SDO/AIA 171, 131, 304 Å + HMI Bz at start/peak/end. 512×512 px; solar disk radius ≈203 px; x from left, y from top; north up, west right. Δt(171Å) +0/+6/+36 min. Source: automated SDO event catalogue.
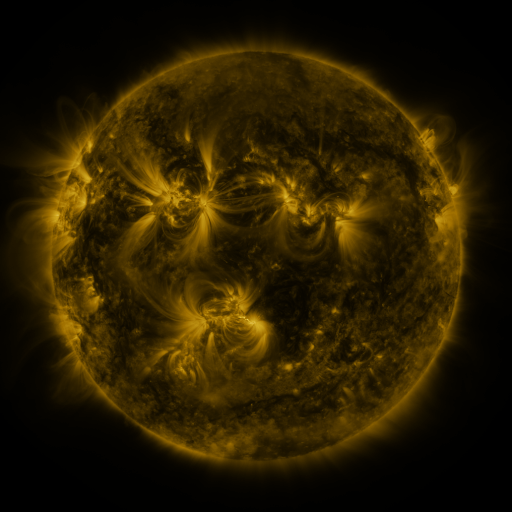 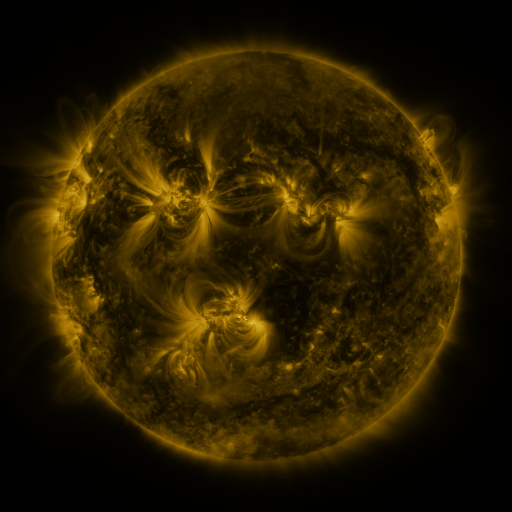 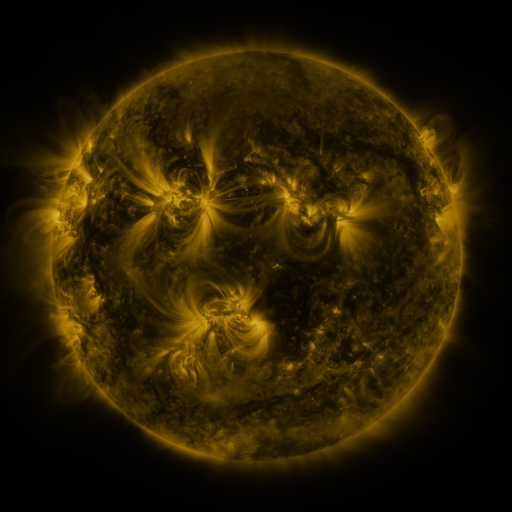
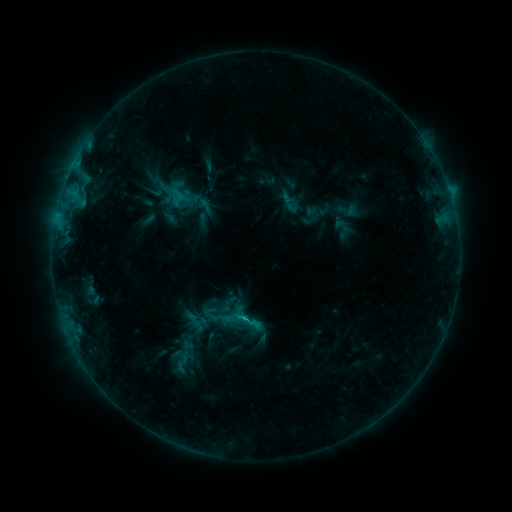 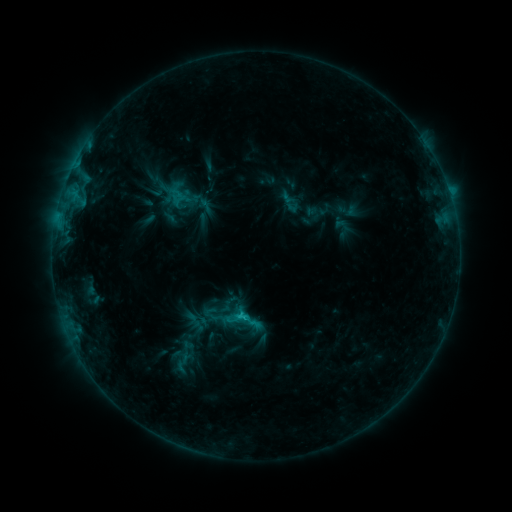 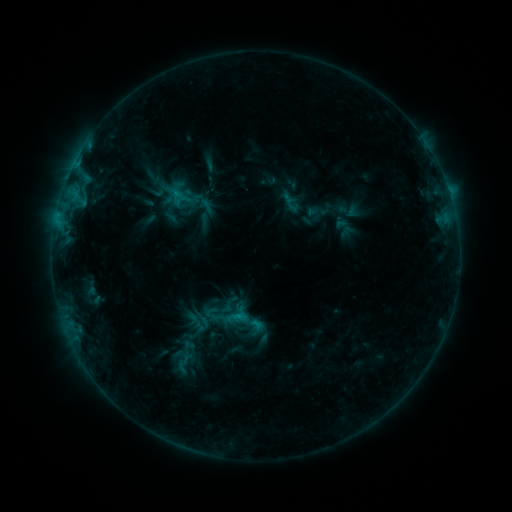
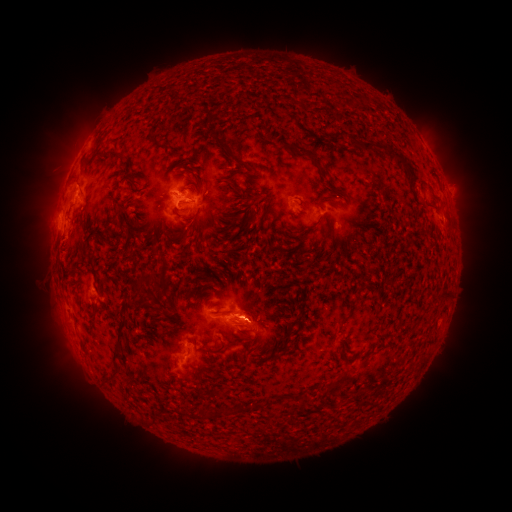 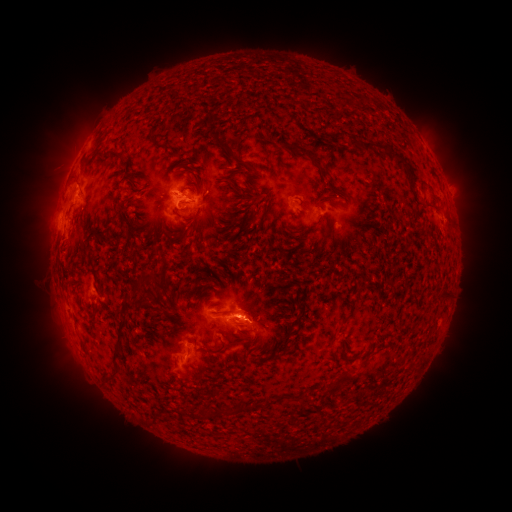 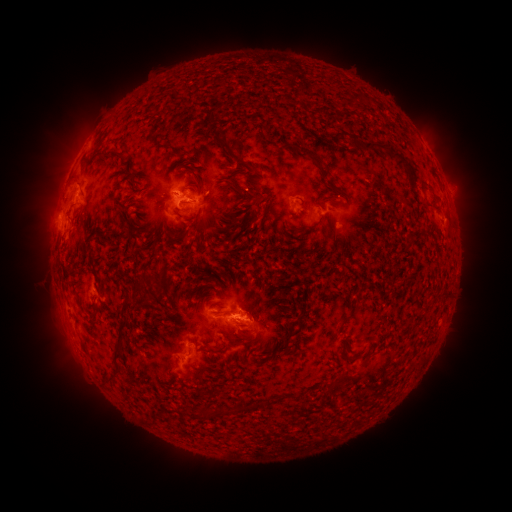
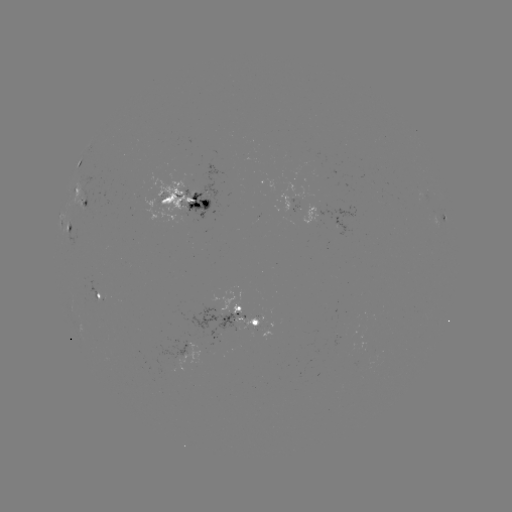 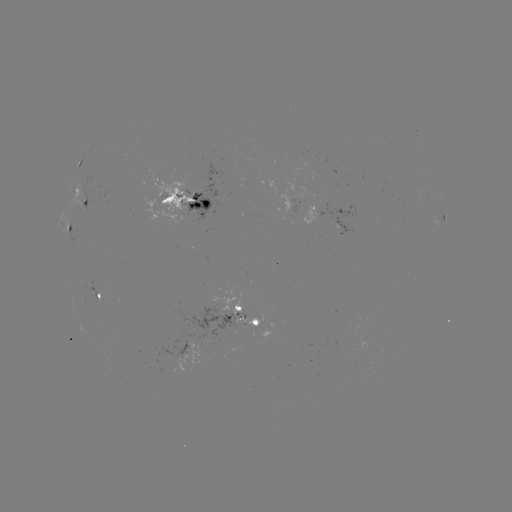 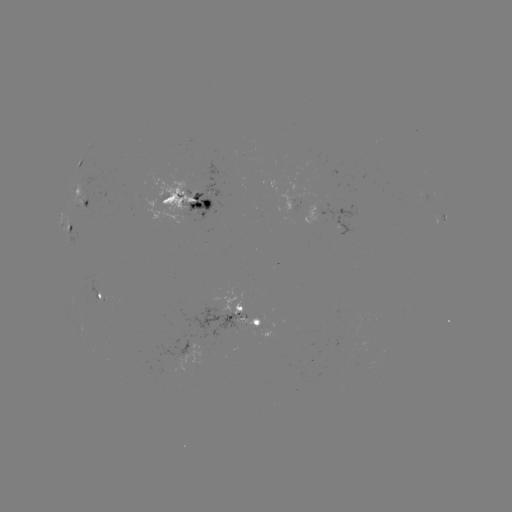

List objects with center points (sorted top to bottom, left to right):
C1.2 flare: (245, 315)
